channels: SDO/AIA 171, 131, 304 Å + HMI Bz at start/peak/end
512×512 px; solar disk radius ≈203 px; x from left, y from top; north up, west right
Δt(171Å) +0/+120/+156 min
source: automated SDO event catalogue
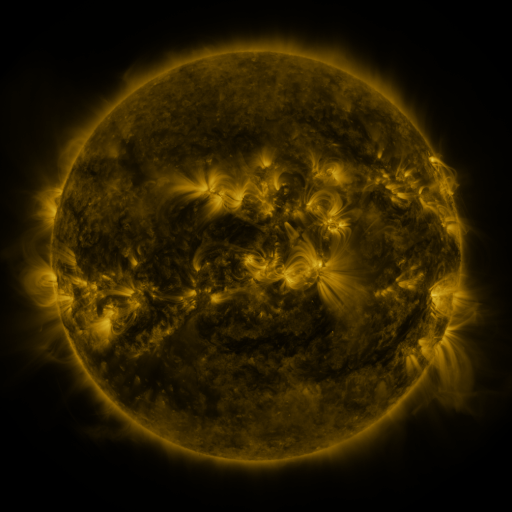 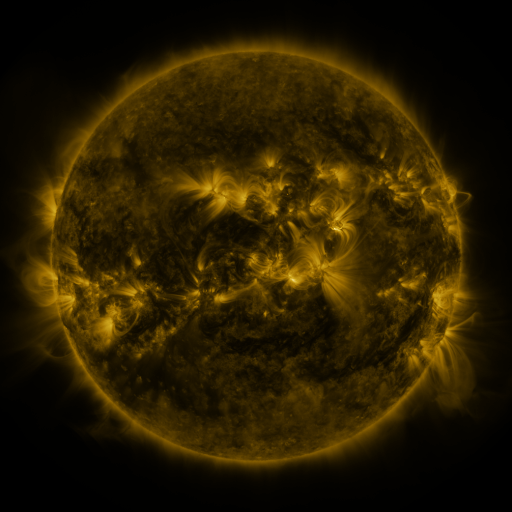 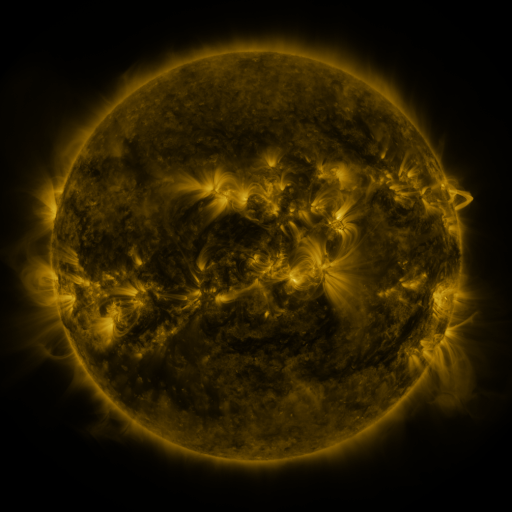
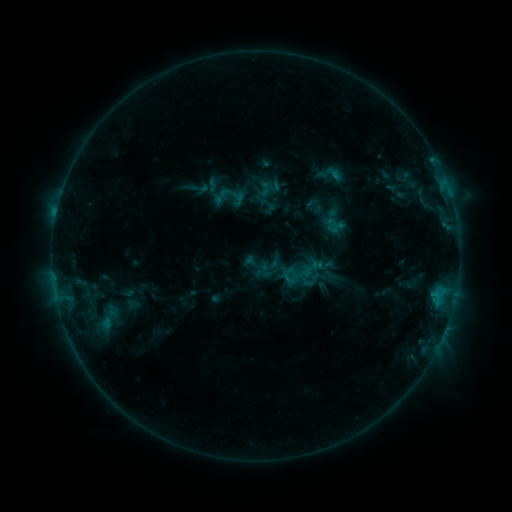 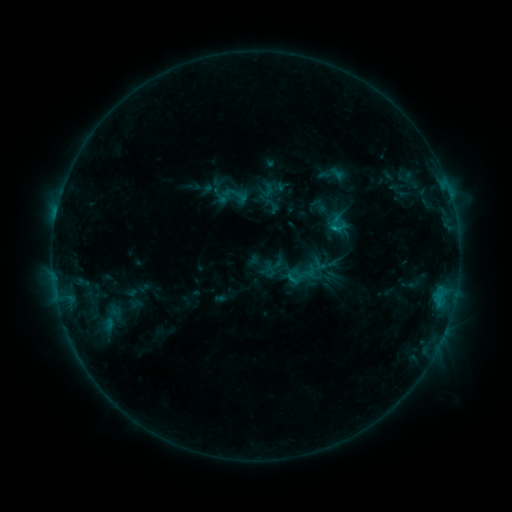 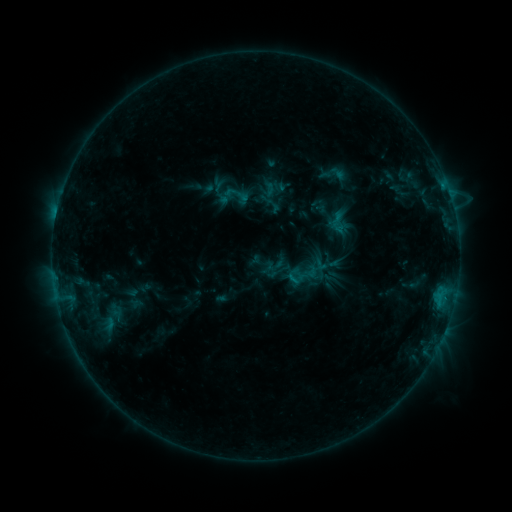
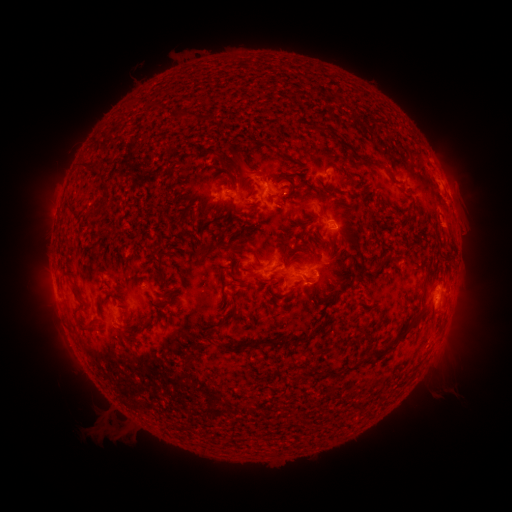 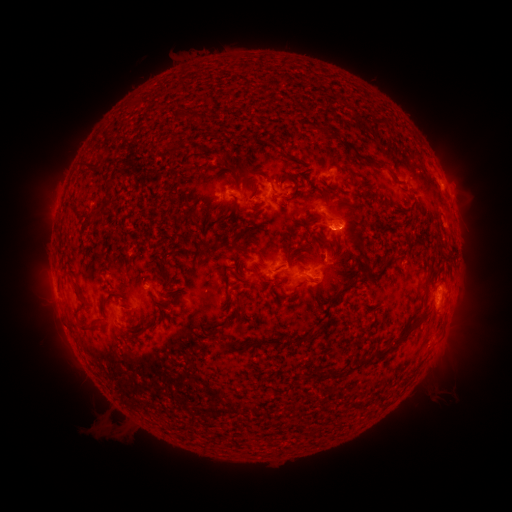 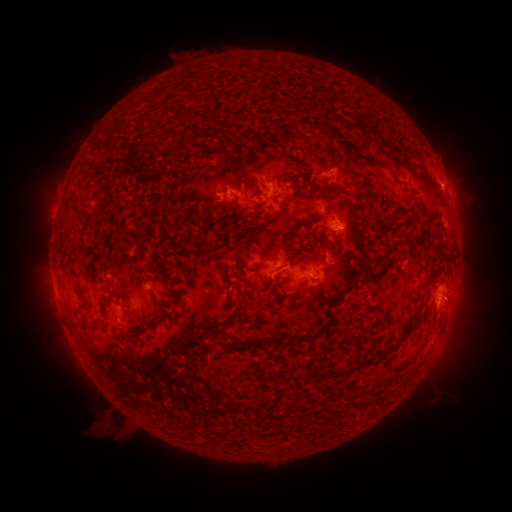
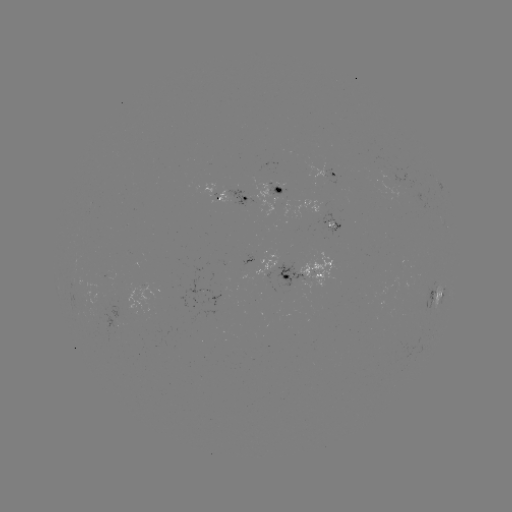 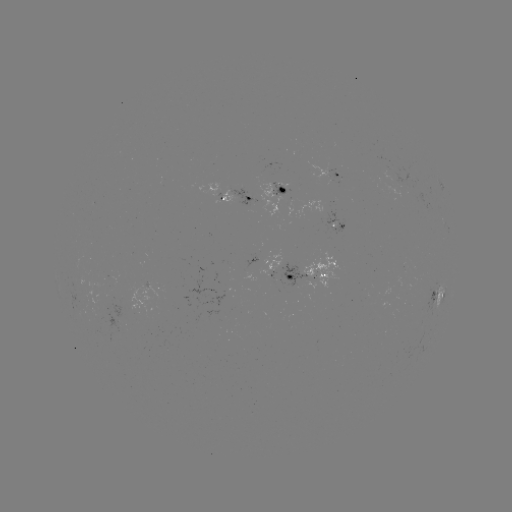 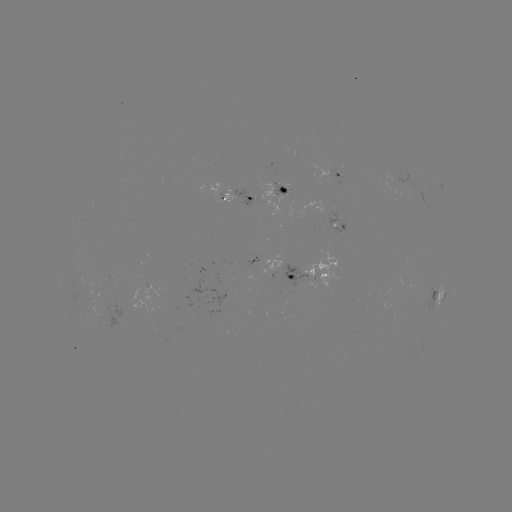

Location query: emerging-flux region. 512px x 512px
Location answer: [406, 177].